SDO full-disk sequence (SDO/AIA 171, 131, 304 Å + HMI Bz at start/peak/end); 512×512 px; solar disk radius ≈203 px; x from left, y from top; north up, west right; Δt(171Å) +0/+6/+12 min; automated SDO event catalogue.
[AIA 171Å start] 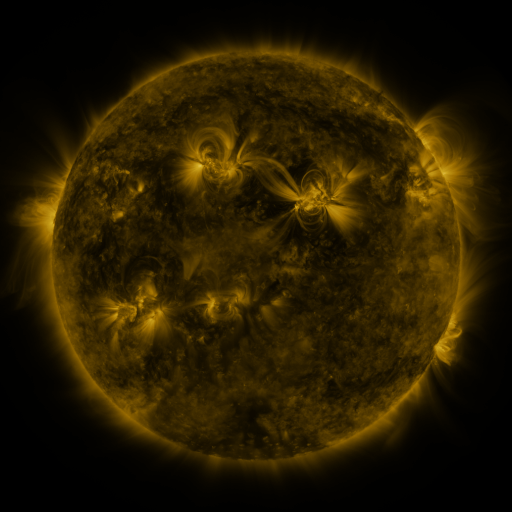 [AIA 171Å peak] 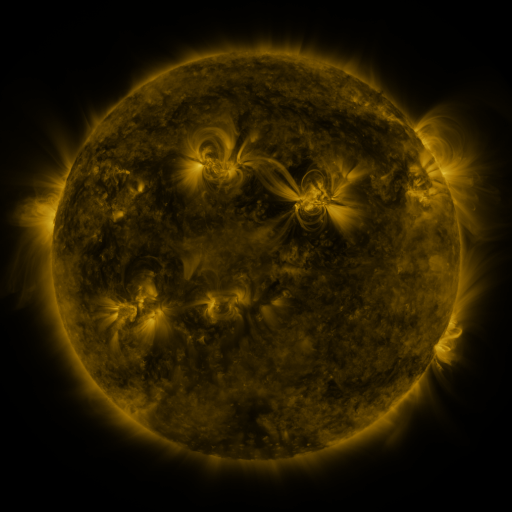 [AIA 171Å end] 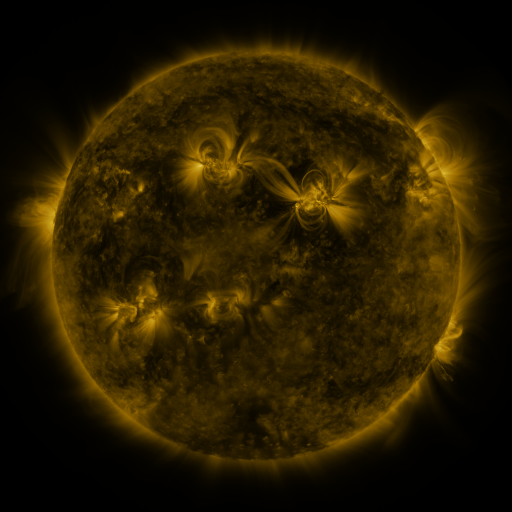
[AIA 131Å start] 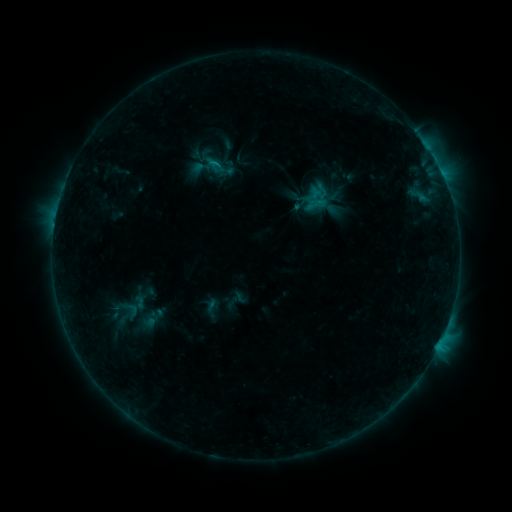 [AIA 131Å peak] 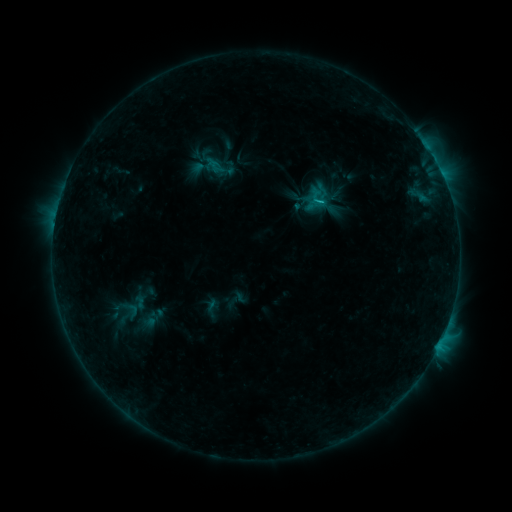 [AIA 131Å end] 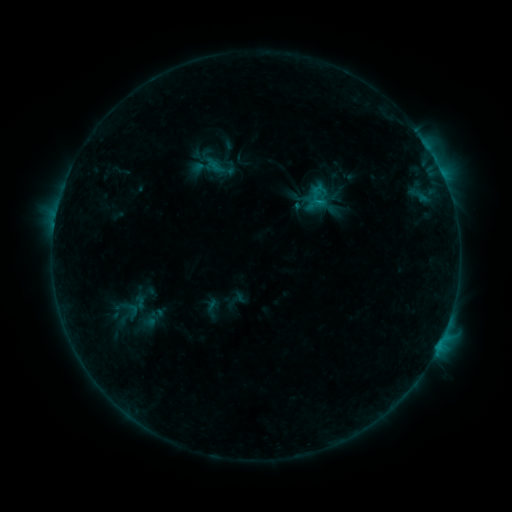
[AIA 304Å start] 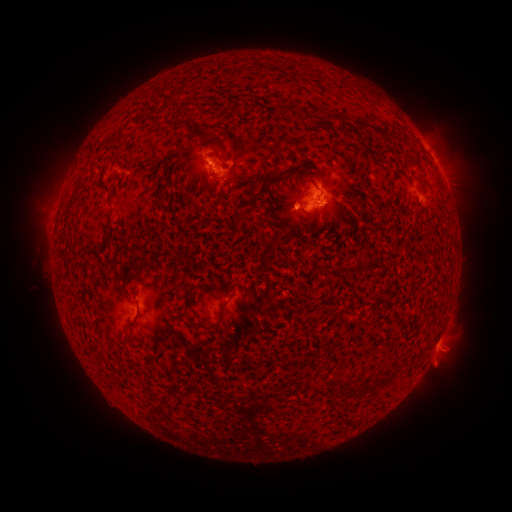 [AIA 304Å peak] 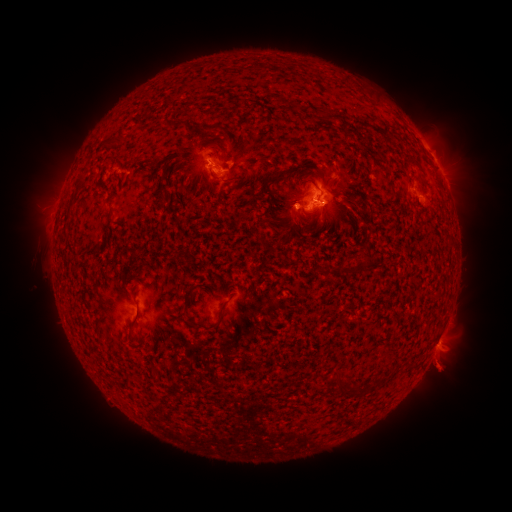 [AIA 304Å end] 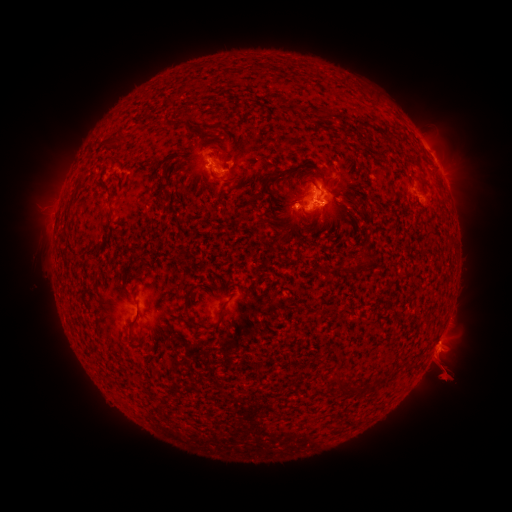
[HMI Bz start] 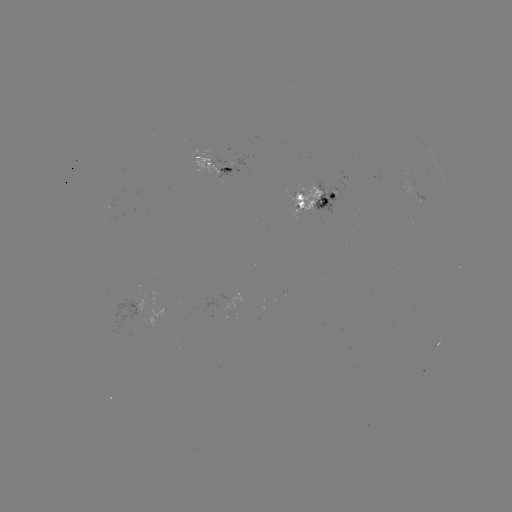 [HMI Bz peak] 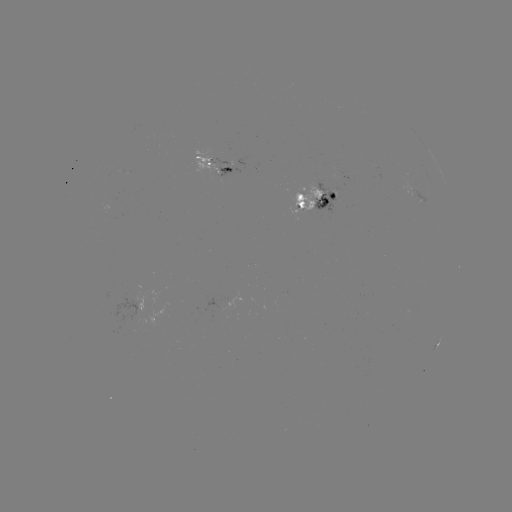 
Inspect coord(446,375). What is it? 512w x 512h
eruption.